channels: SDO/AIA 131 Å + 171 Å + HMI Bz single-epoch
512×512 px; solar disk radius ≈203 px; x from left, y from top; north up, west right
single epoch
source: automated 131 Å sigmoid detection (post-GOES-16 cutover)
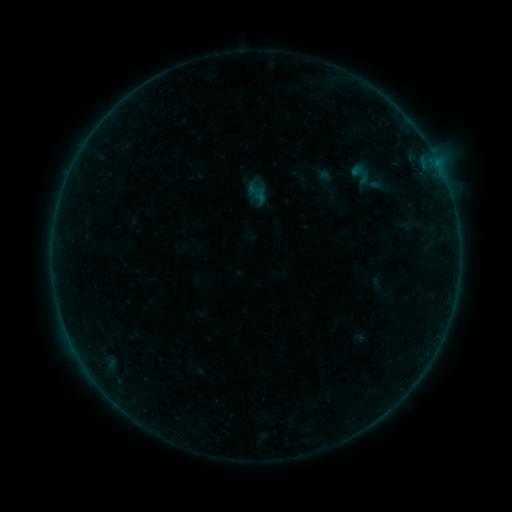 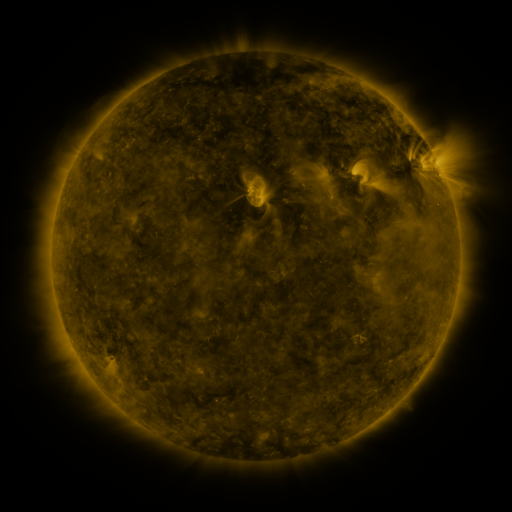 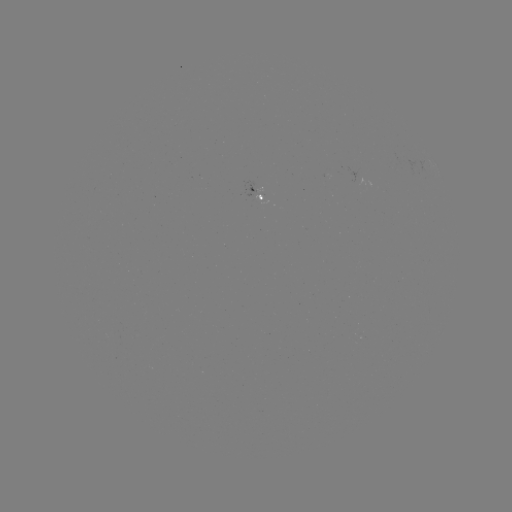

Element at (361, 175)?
sigmoid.